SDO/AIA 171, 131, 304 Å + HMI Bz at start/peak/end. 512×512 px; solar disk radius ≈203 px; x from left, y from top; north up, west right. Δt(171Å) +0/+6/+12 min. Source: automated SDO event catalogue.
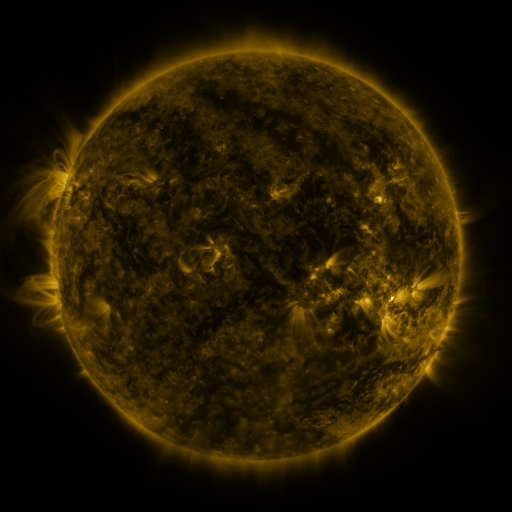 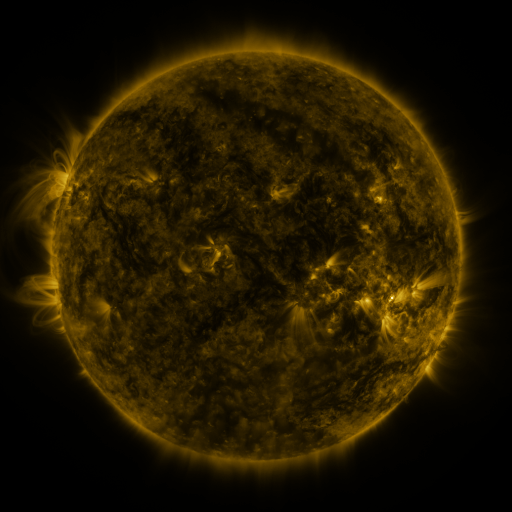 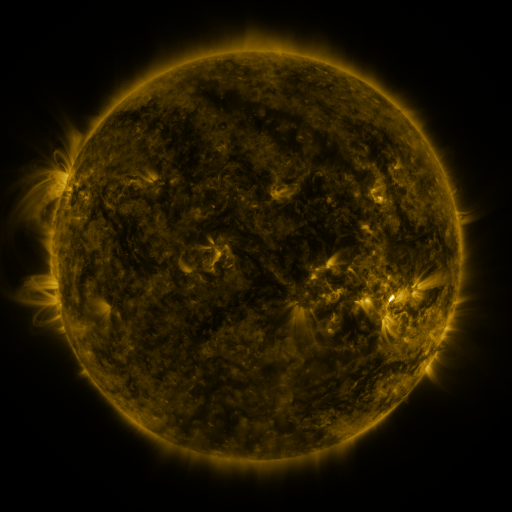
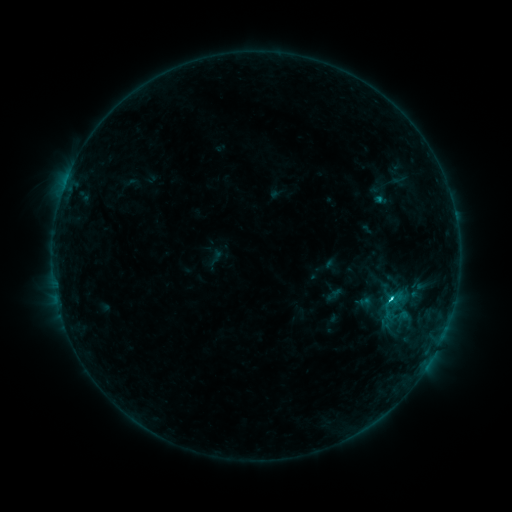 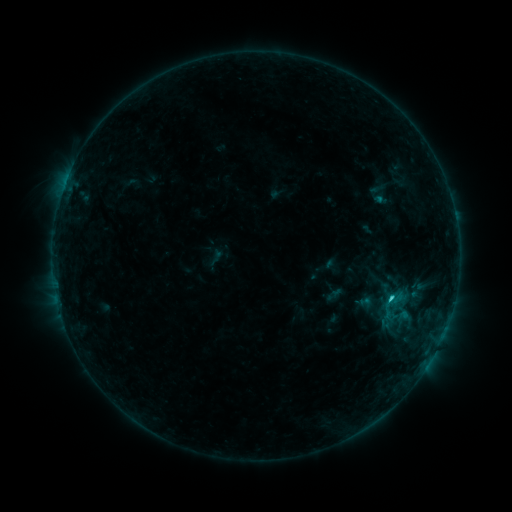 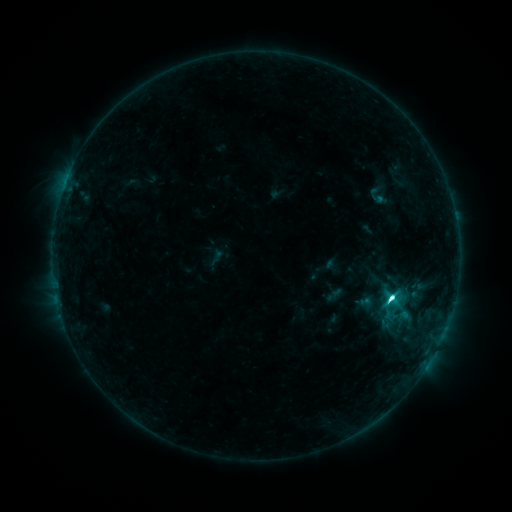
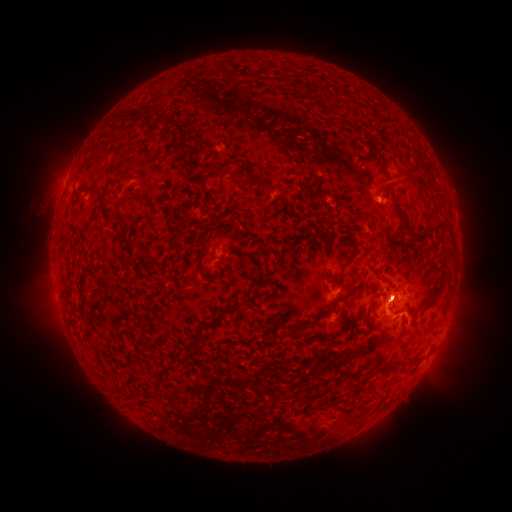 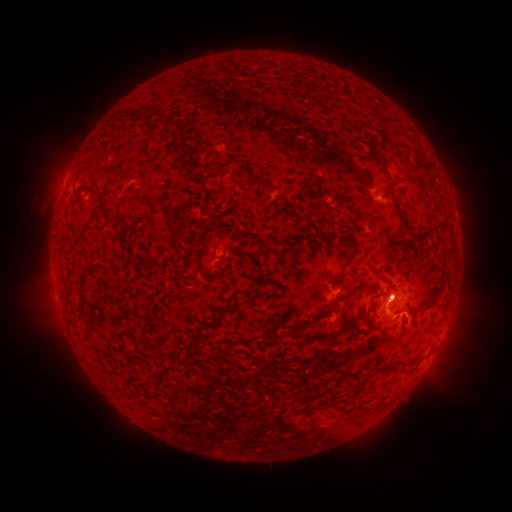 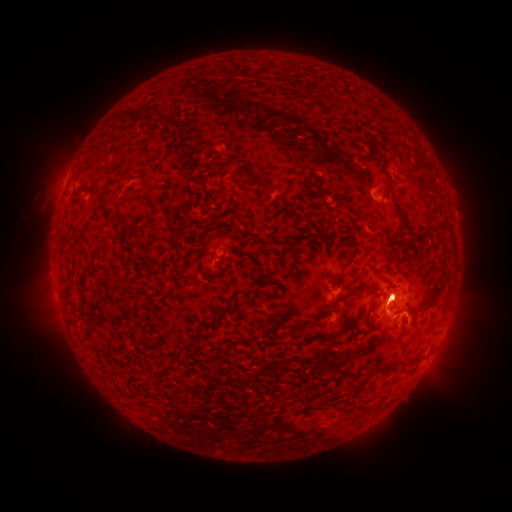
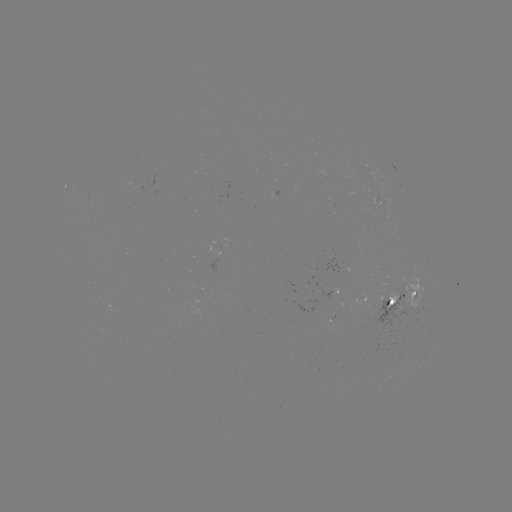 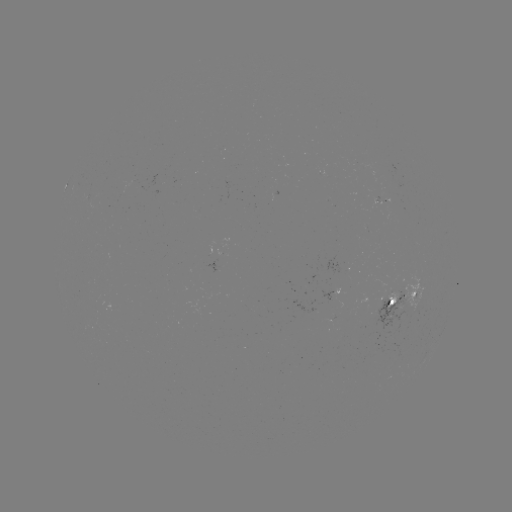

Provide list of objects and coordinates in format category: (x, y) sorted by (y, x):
C5.5 flare: (388, 297)
